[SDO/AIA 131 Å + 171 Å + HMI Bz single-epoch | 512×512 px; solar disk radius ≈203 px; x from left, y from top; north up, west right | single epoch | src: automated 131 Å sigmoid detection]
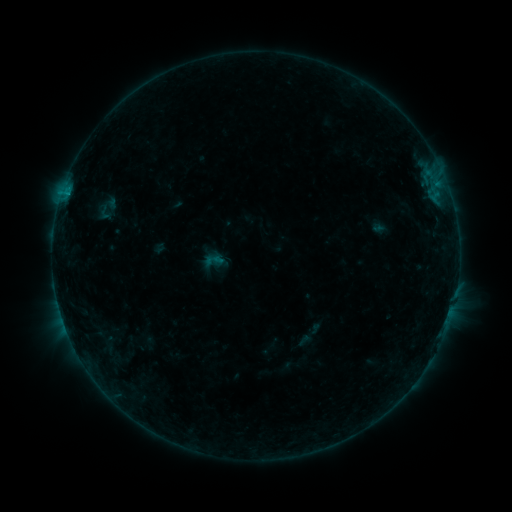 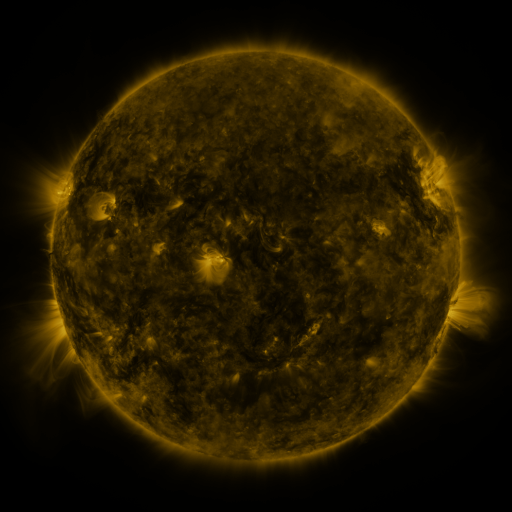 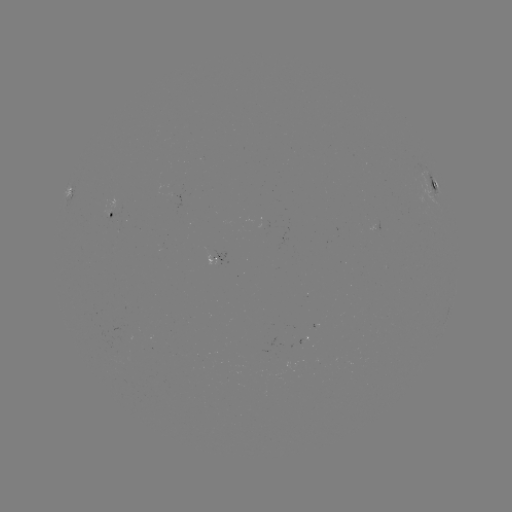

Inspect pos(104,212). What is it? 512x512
sigmoid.